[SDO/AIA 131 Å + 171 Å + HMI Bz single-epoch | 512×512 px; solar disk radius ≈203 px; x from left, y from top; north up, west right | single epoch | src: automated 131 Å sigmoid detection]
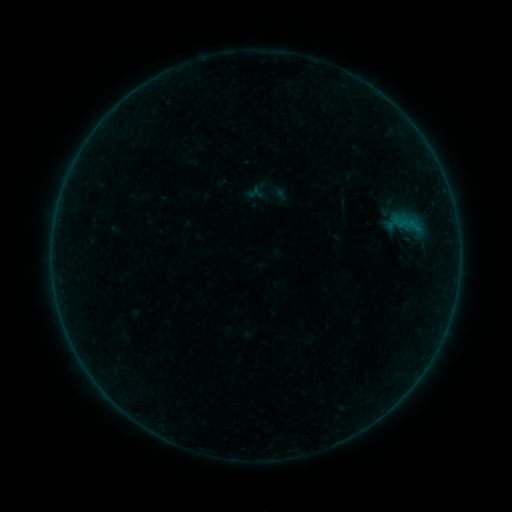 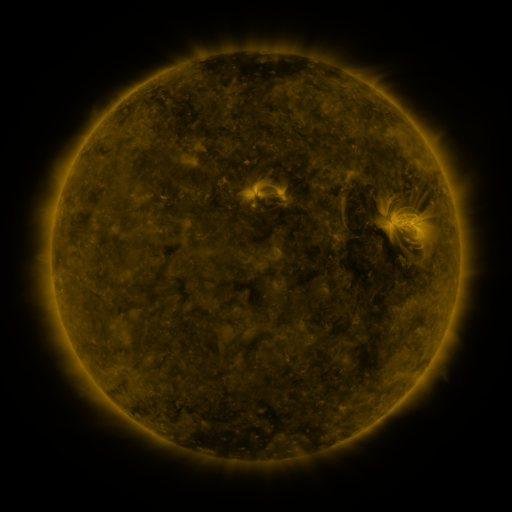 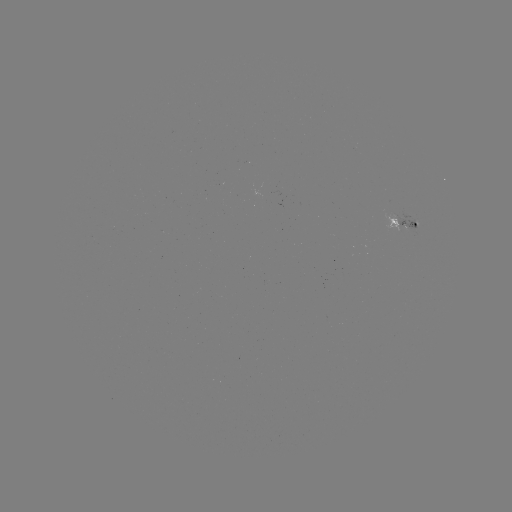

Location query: sigmoid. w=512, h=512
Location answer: (259, 191).